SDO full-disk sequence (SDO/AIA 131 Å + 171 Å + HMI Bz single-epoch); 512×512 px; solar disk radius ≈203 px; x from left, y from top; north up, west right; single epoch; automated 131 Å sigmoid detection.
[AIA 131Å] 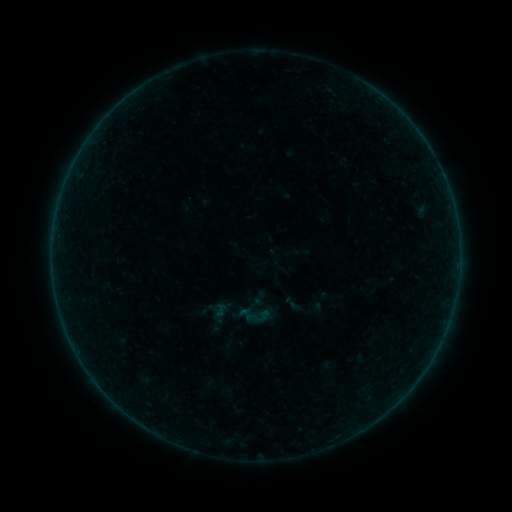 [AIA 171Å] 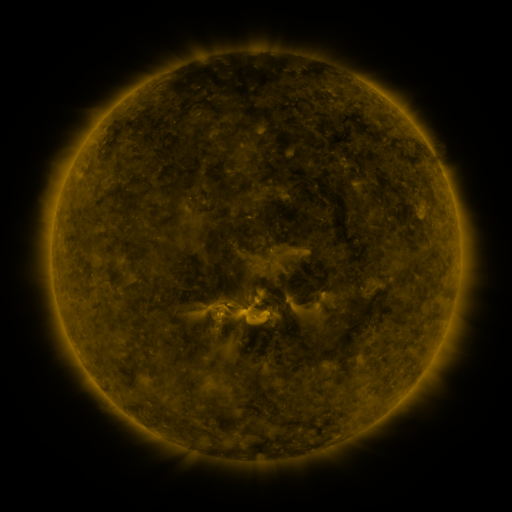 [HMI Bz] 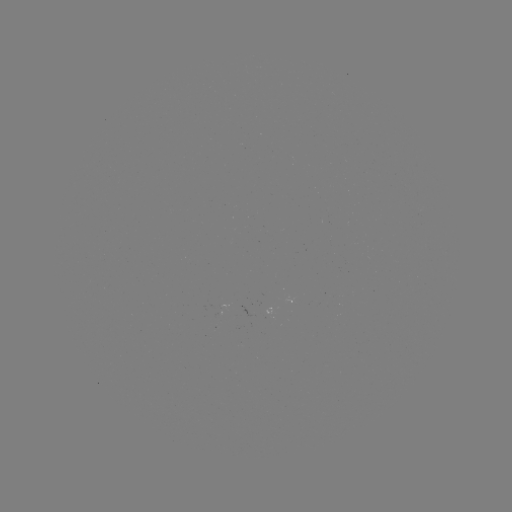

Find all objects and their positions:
sigmoid: <bbox>236, 296, 274, 333</bbox>
